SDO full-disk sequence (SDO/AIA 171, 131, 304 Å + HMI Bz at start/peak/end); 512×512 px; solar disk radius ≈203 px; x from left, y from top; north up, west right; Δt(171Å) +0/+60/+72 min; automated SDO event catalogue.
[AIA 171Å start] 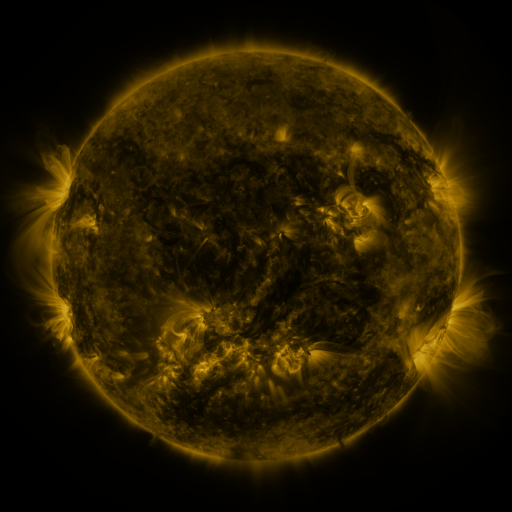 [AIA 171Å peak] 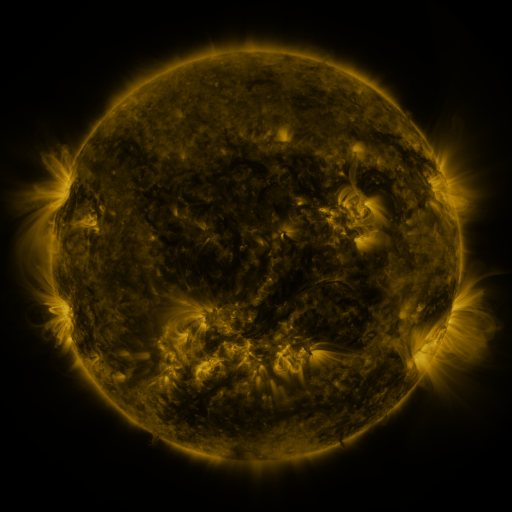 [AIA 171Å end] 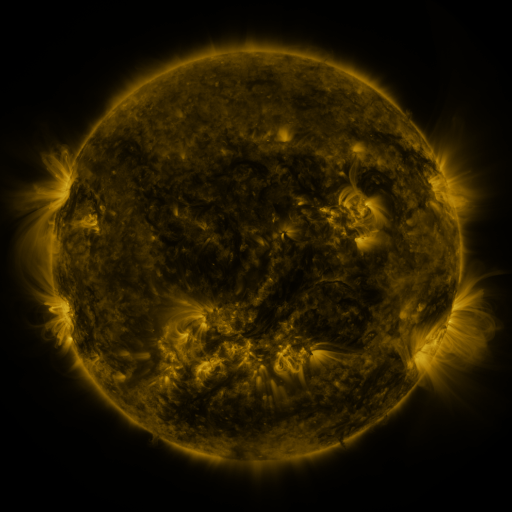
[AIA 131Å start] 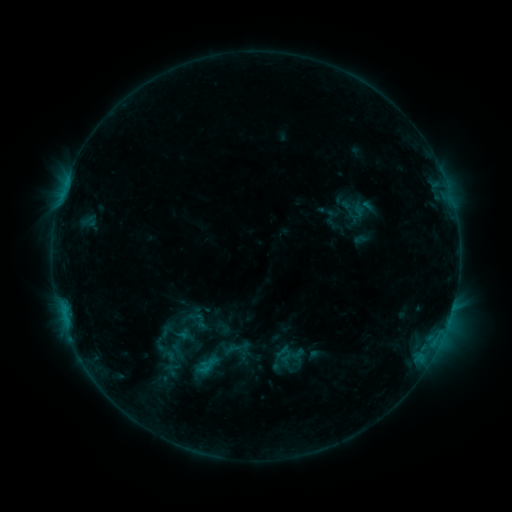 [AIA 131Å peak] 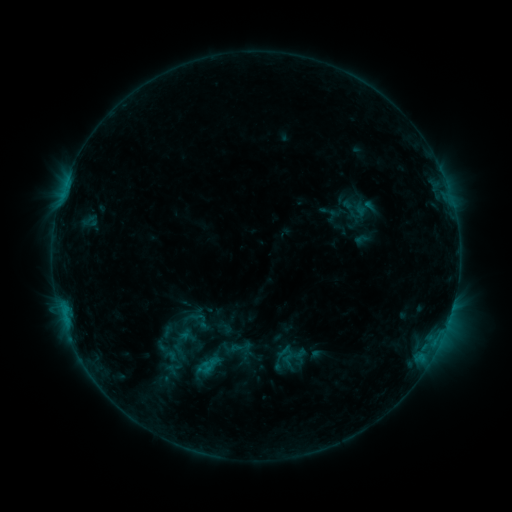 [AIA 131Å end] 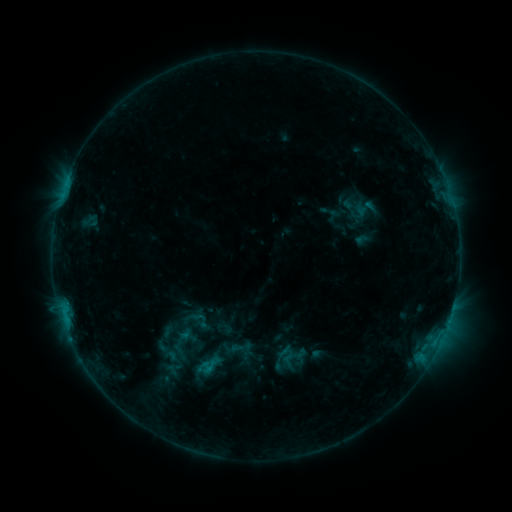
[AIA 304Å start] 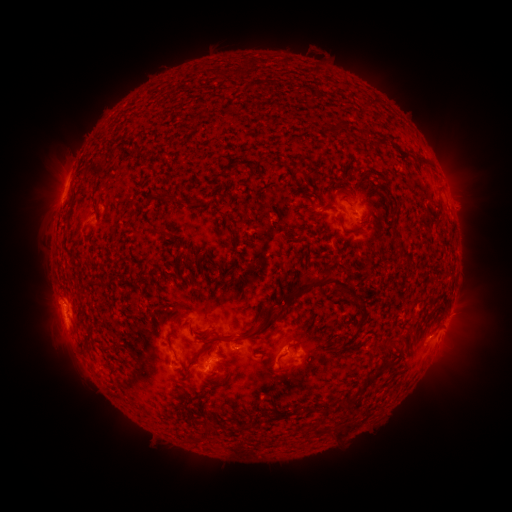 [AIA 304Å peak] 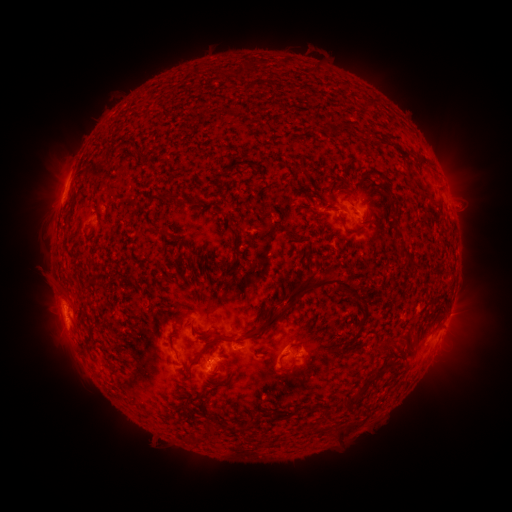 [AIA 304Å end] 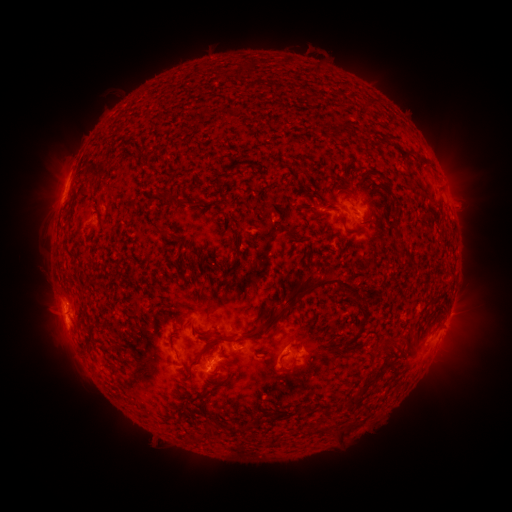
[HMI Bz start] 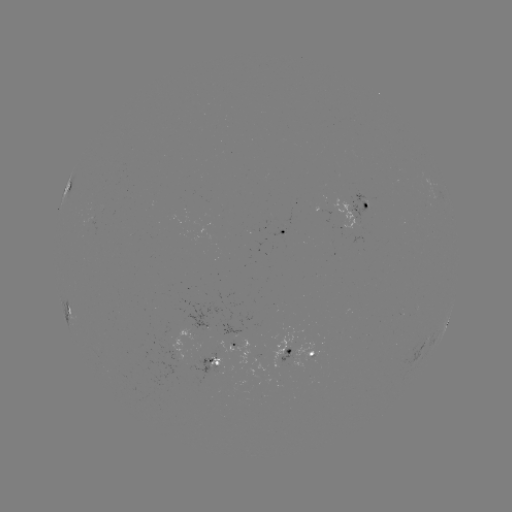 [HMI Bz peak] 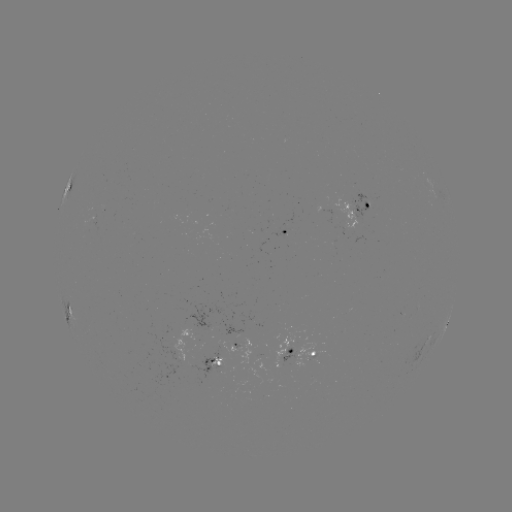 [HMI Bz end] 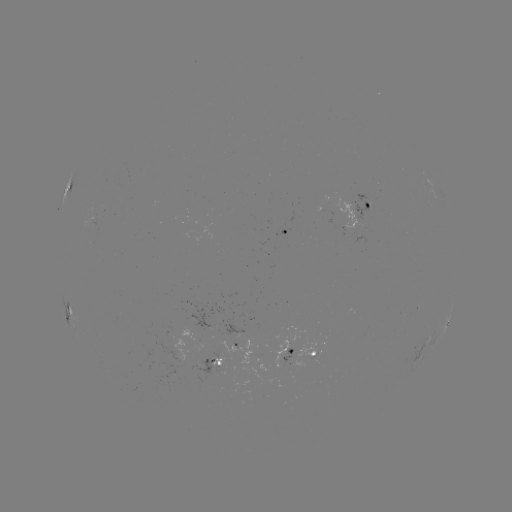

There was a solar emerging-flux region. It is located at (284, 233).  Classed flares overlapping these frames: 1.